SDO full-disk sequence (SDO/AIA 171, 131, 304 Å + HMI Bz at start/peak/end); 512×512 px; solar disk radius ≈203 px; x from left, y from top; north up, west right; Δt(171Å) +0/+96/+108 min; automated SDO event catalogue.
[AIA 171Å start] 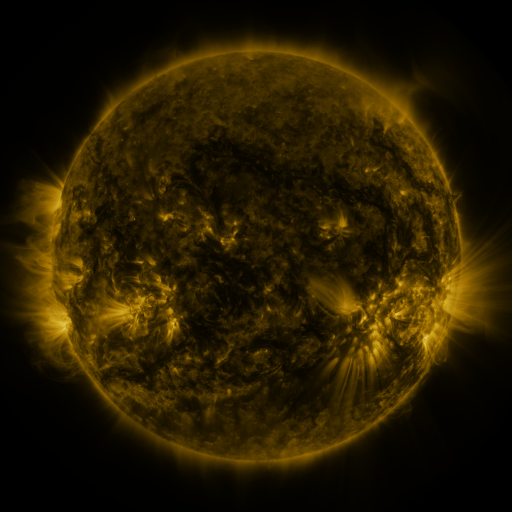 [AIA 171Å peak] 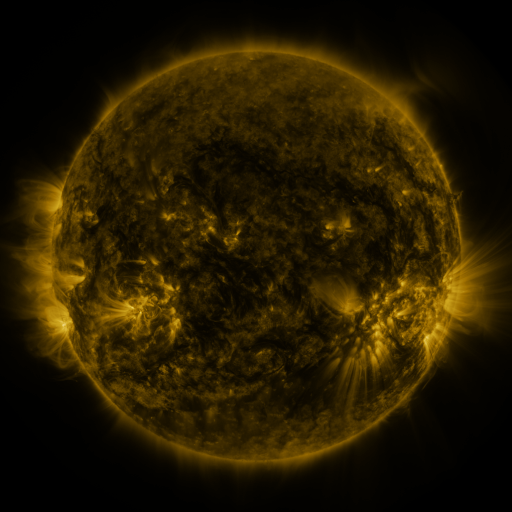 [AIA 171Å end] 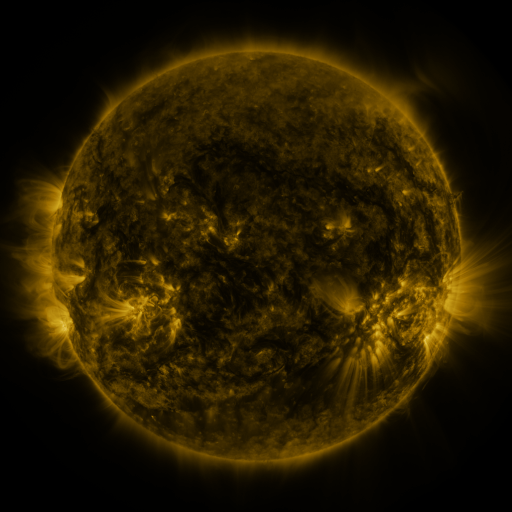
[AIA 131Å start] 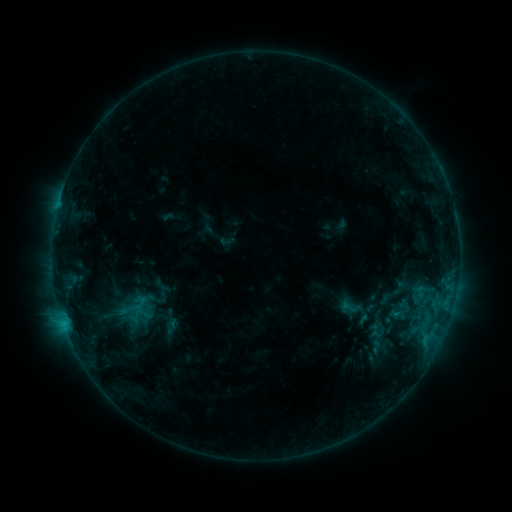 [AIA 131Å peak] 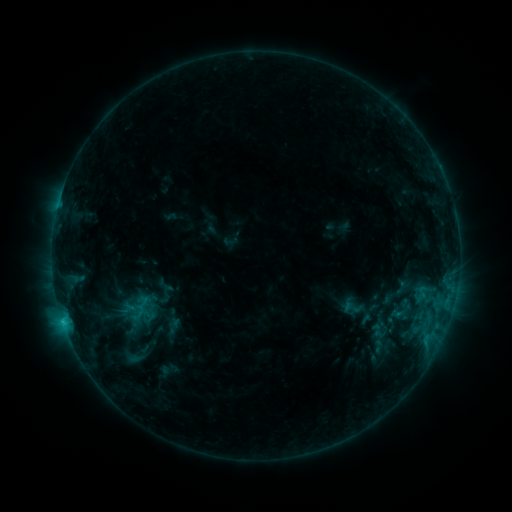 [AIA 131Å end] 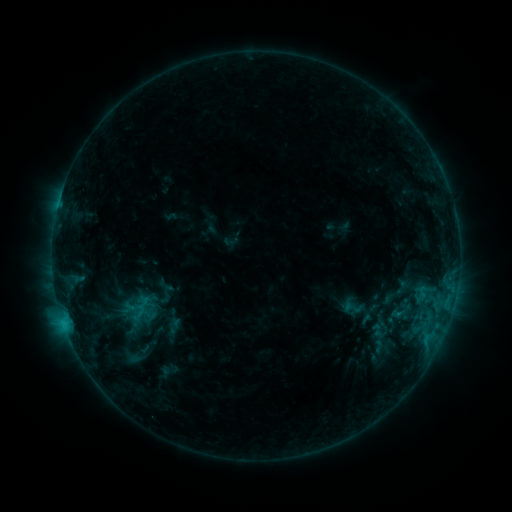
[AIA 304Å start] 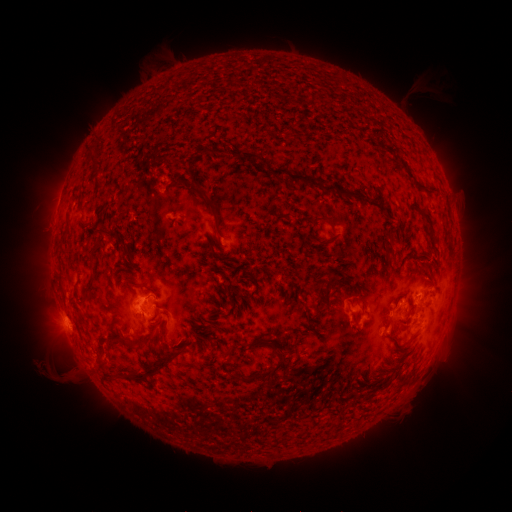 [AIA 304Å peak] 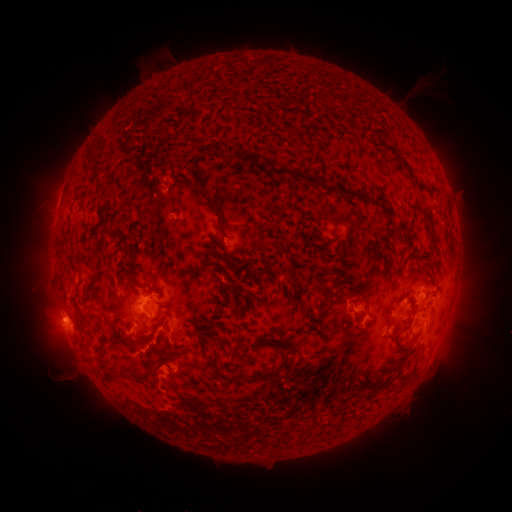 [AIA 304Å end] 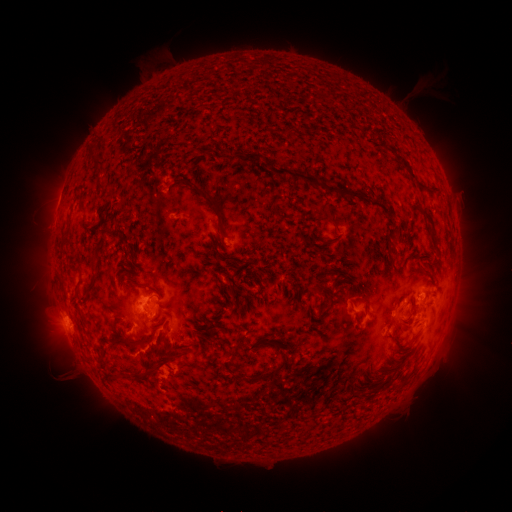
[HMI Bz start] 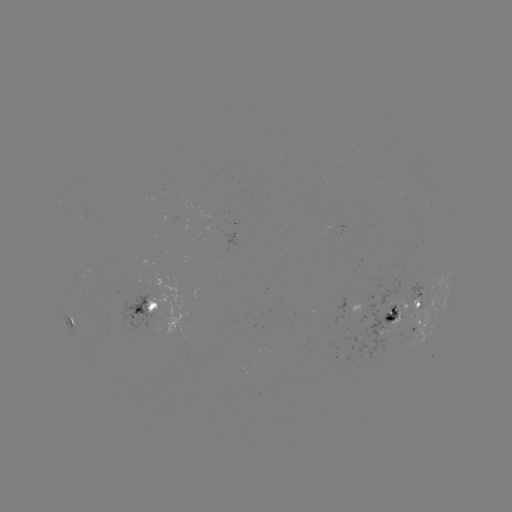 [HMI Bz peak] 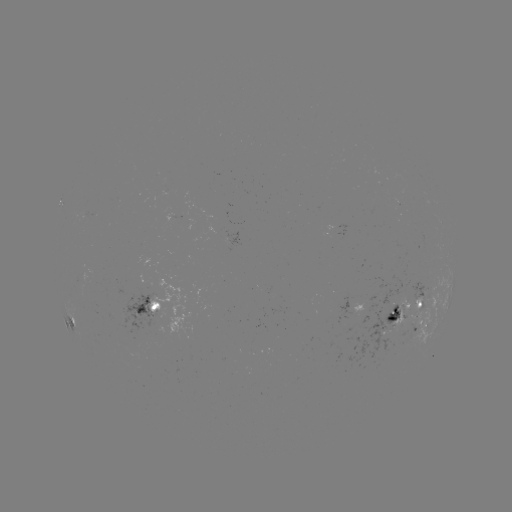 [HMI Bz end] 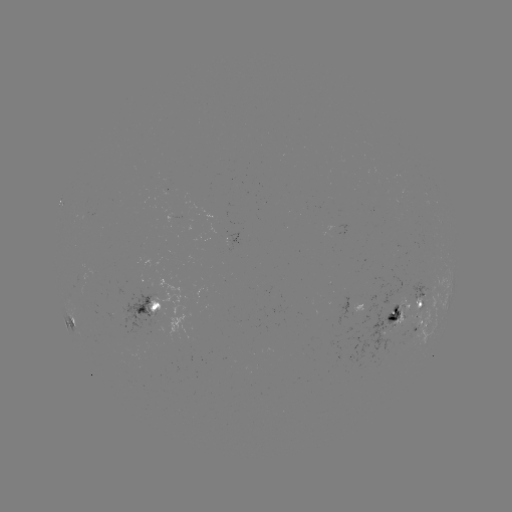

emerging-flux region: [382, 331, 404, 336]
